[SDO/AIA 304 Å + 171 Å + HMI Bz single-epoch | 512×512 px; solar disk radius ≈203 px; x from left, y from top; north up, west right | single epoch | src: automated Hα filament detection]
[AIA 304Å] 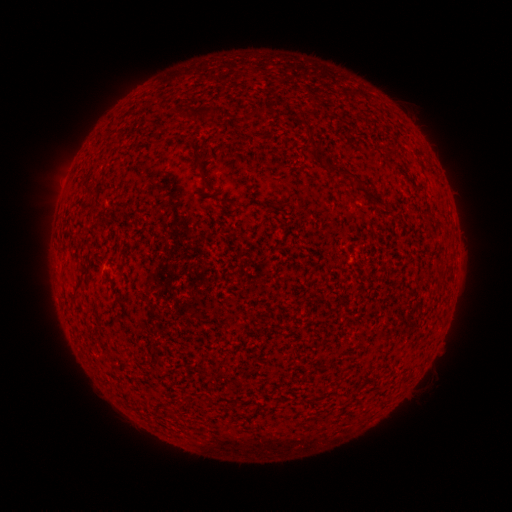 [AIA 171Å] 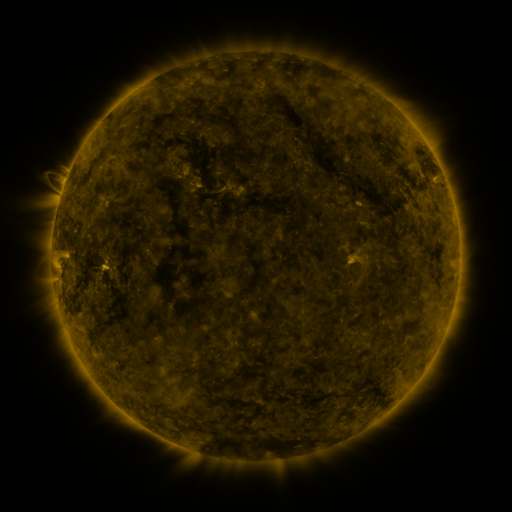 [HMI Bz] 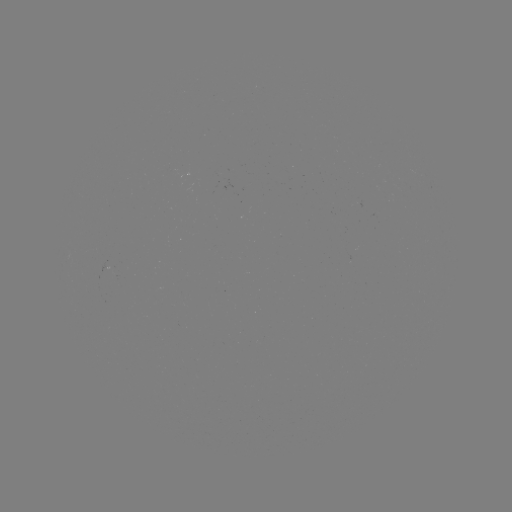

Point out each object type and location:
filament: (208, 112)
filament: (350, 175)
filament: (81, 279)
